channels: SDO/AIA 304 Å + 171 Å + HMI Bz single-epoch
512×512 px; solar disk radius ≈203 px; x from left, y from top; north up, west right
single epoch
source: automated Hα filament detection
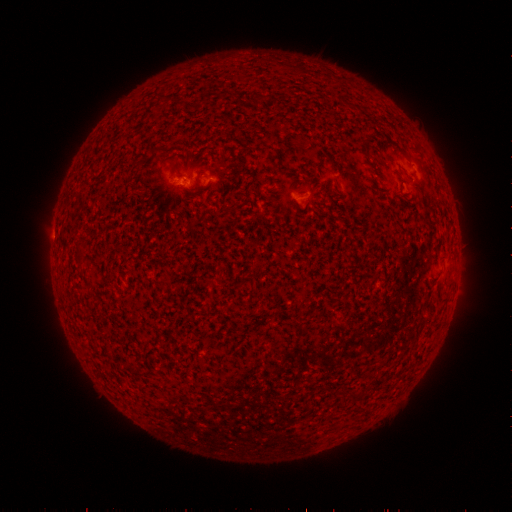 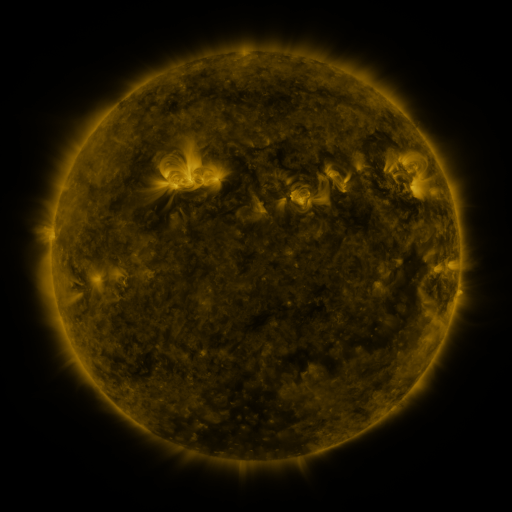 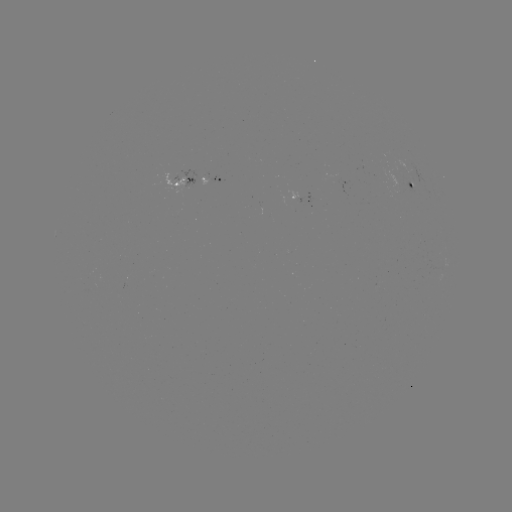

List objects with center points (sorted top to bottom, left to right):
filament: [253, 93, 262, 104]
filament: [171, 162, 178, 173]
filament: [74, 238, 87, 248]
